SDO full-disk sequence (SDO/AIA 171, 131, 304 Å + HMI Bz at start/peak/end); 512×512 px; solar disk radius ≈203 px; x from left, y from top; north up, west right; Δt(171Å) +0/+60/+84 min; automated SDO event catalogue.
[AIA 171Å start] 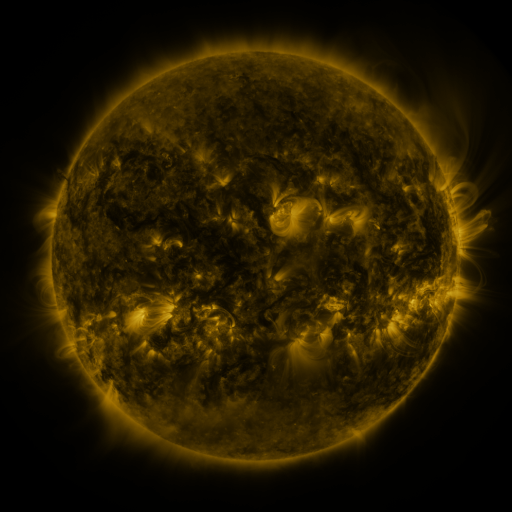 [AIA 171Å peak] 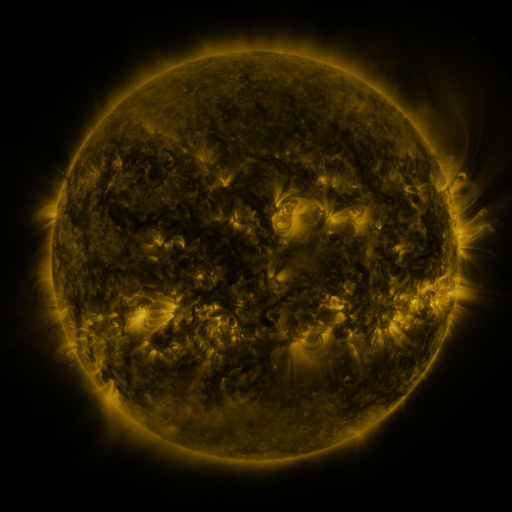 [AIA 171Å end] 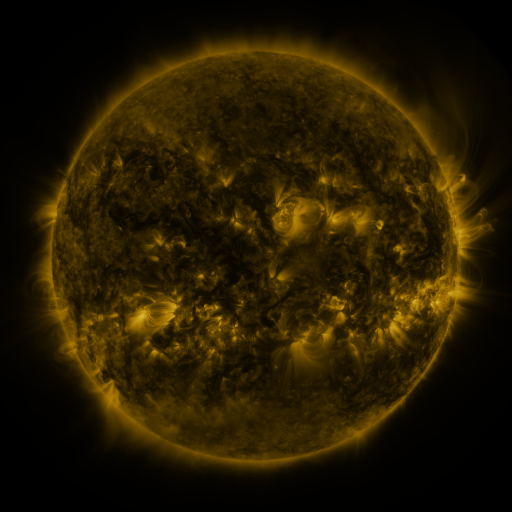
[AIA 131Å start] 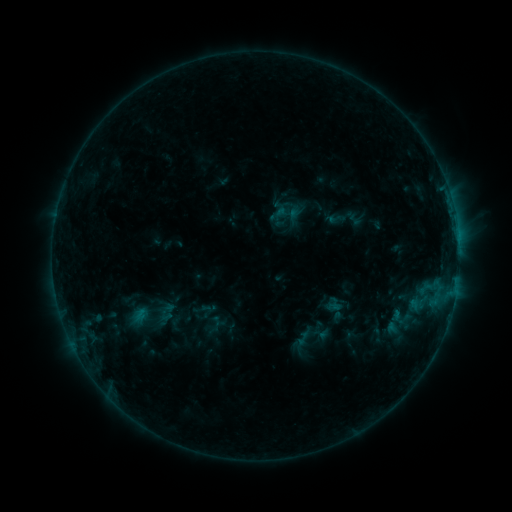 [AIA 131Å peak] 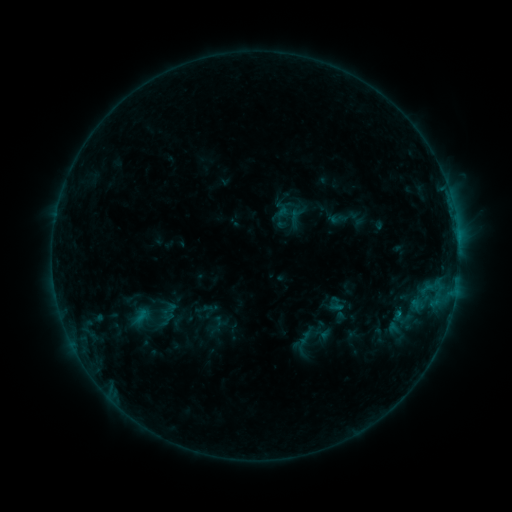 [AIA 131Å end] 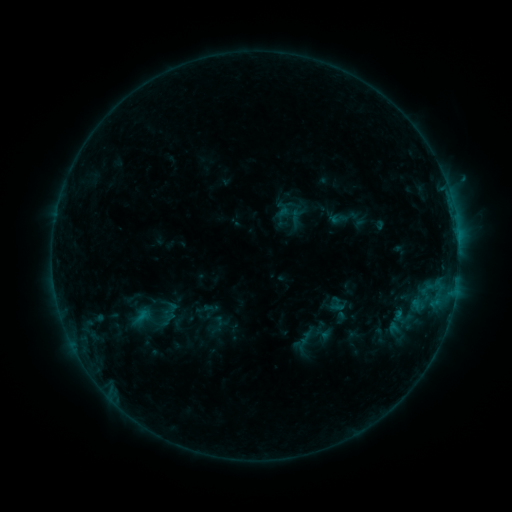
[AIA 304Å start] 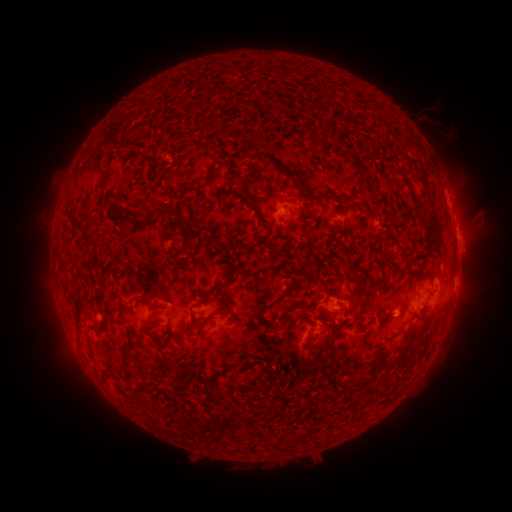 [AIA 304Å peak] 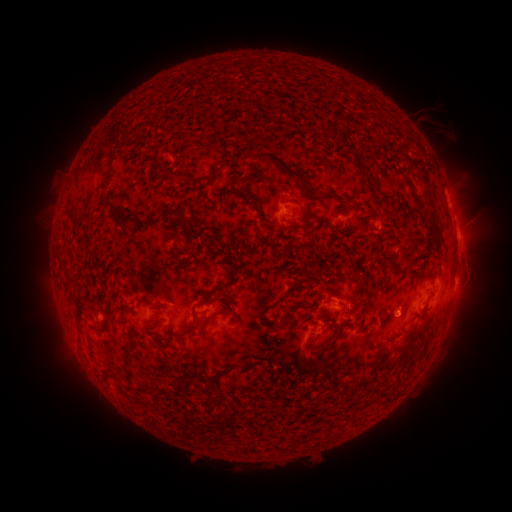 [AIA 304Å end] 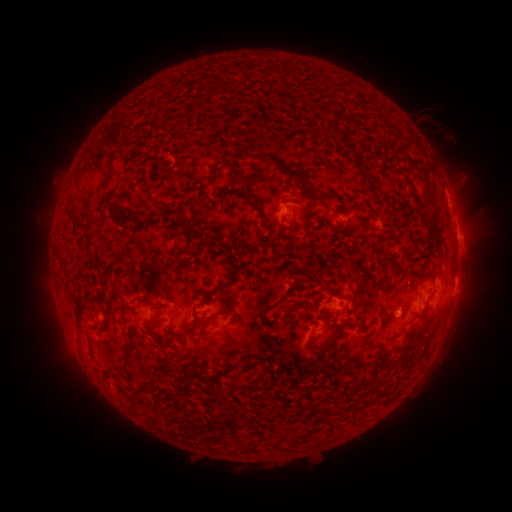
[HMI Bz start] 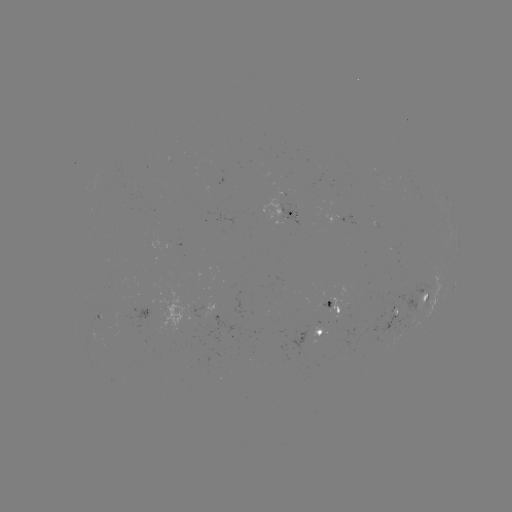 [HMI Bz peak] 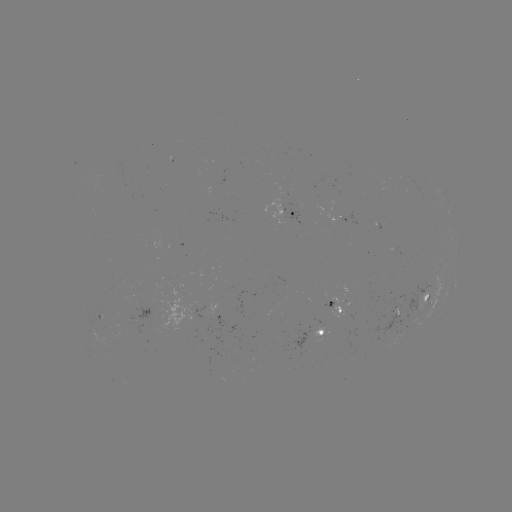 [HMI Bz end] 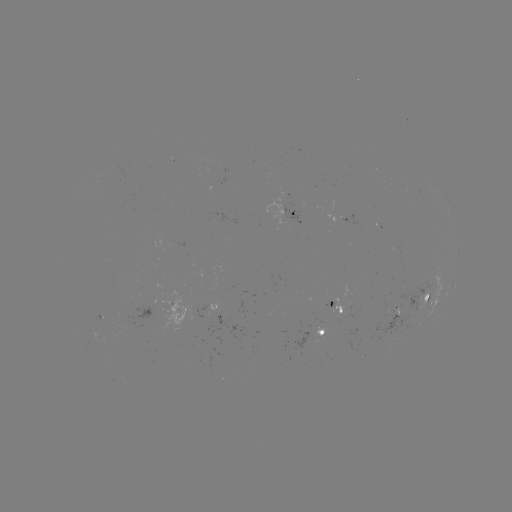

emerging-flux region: (389, 297, 397, 315)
